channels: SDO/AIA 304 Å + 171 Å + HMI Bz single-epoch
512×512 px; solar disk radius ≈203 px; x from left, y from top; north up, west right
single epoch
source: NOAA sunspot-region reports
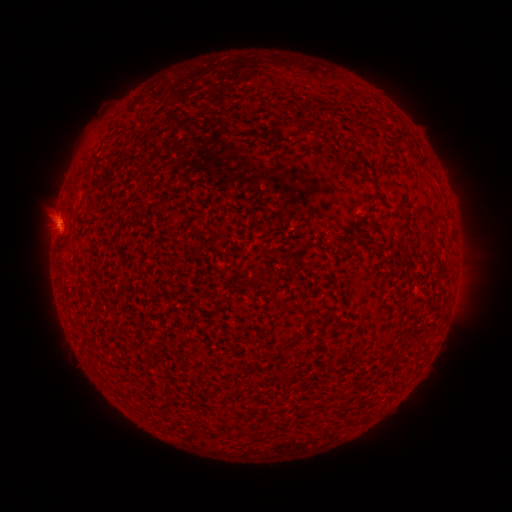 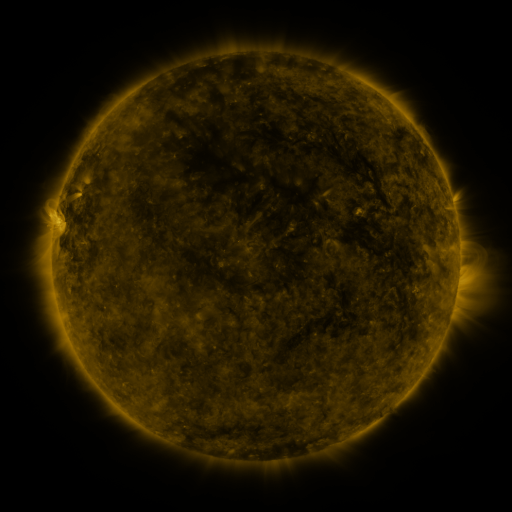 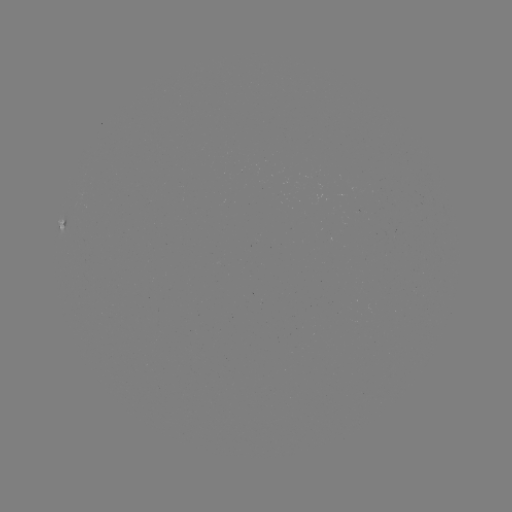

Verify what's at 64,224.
spotted active region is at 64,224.